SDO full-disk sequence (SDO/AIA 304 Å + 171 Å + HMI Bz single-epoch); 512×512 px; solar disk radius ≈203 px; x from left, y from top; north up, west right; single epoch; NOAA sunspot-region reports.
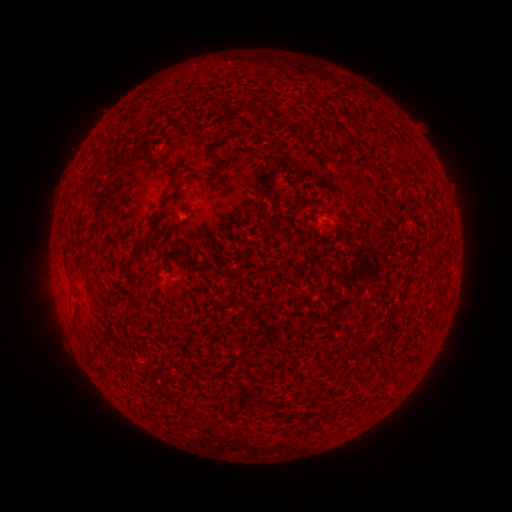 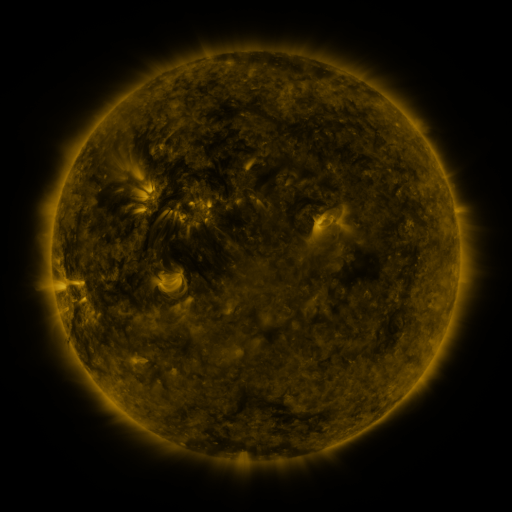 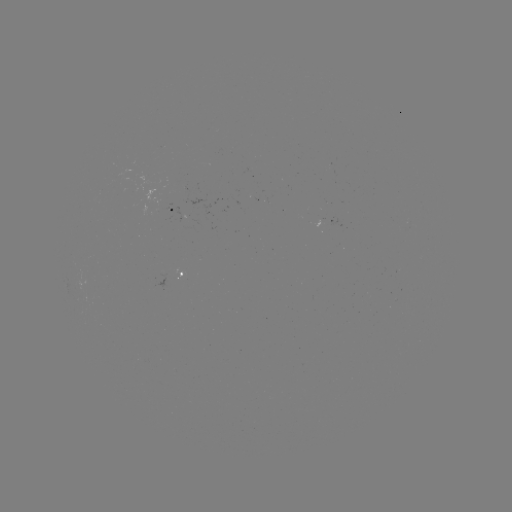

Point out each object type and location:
spotted active region: (181, 206)
spotted active region: (173, 277)
